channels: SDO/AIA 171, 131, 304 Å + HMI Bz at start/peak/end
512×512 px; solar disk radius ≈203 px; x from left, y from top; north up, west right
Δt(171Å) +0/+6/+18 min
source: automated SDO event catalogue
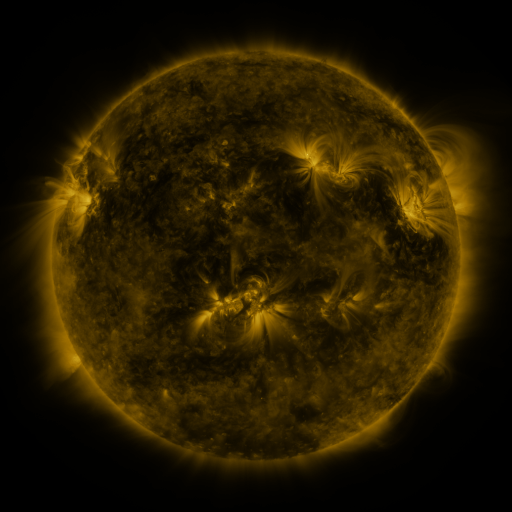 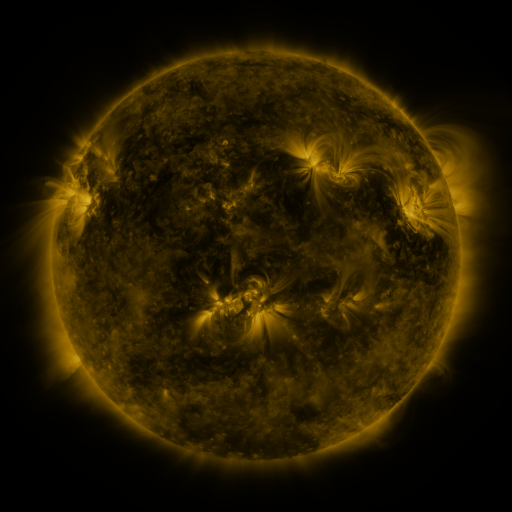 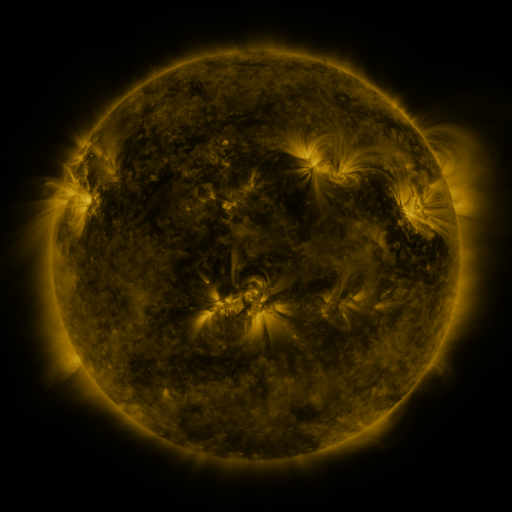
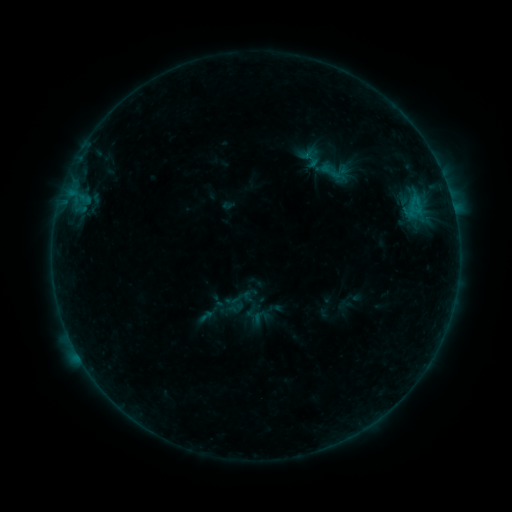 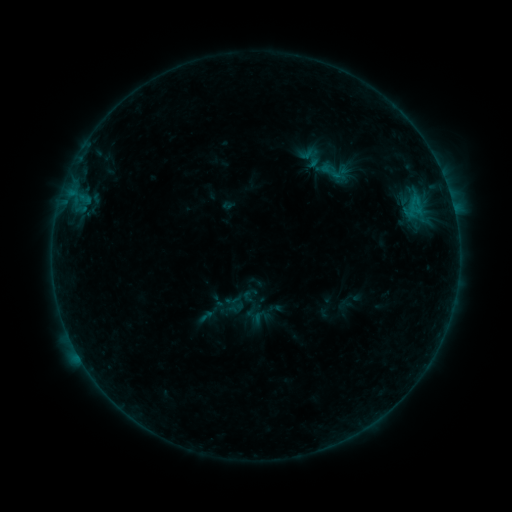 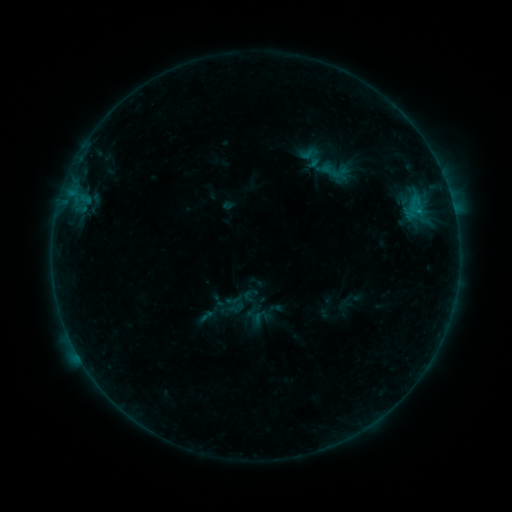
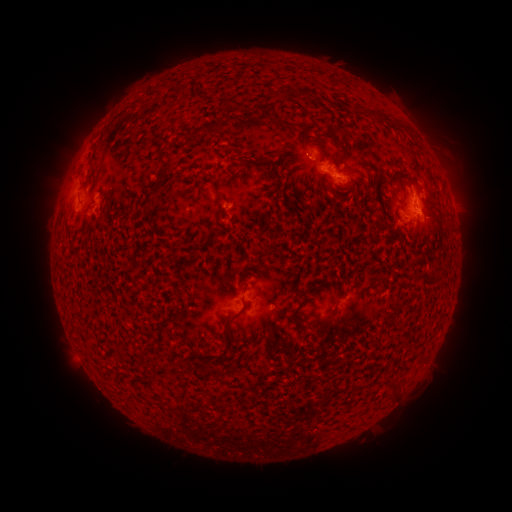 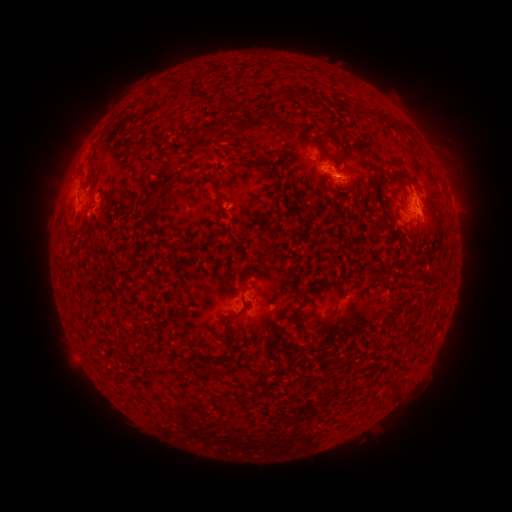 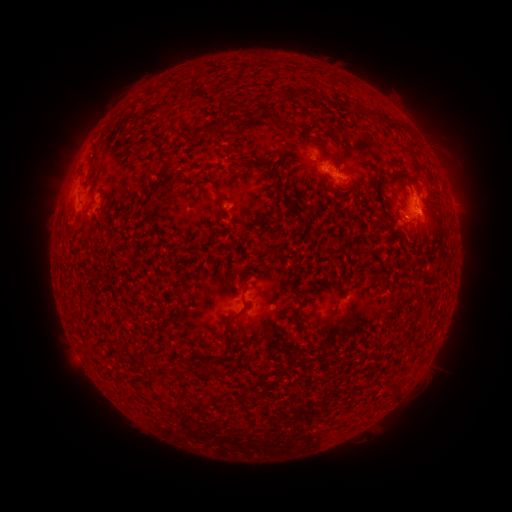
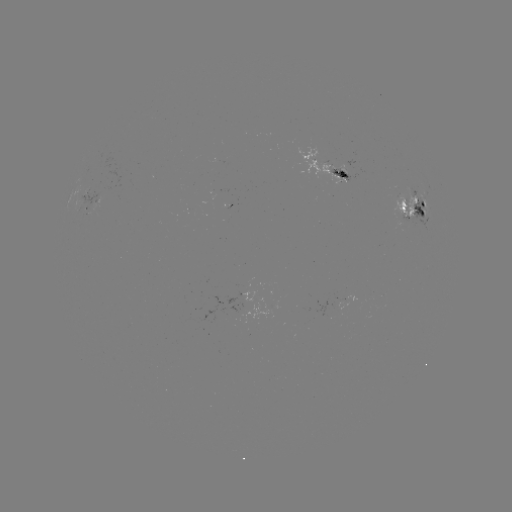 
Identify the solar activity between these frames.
B7.5 flare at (335, 174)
